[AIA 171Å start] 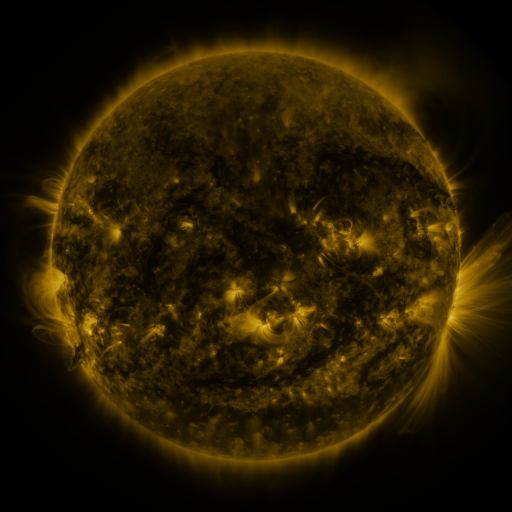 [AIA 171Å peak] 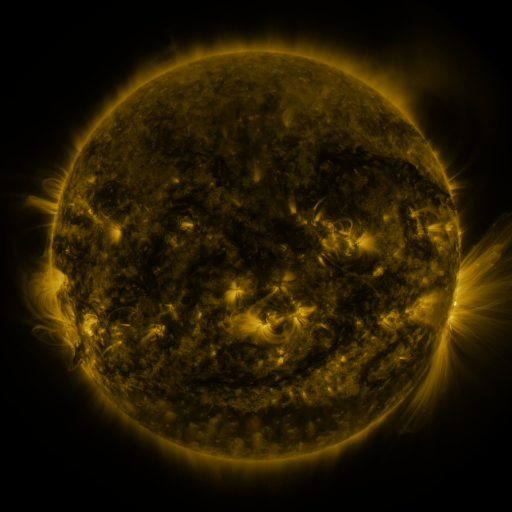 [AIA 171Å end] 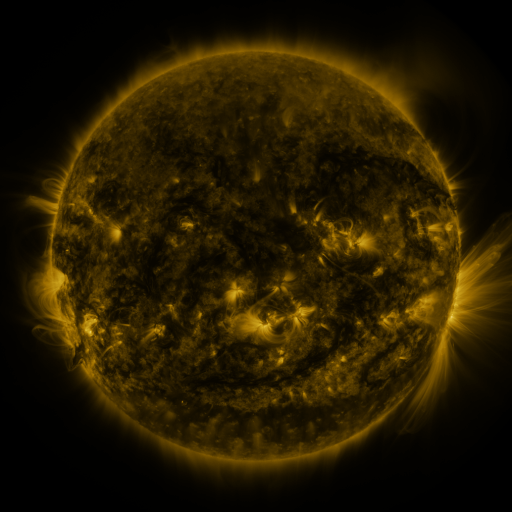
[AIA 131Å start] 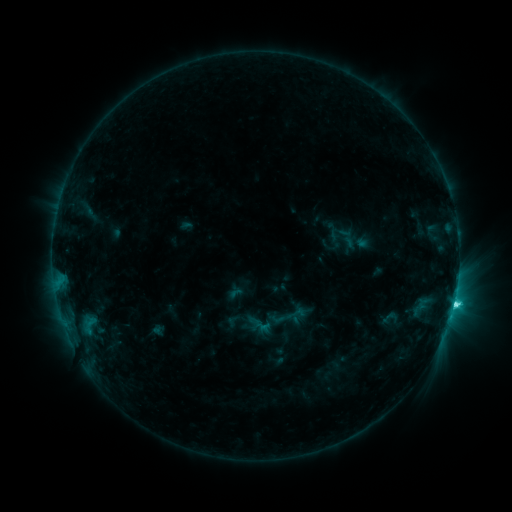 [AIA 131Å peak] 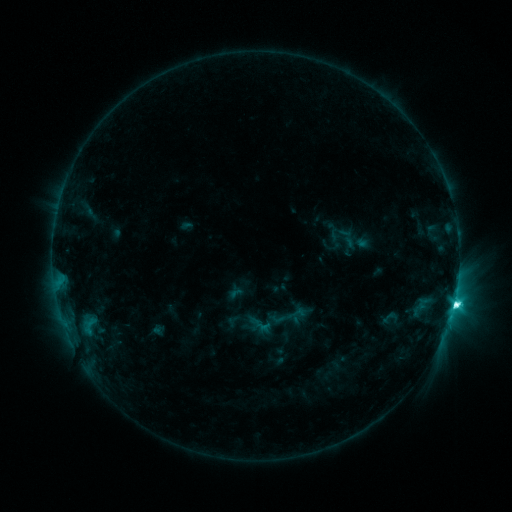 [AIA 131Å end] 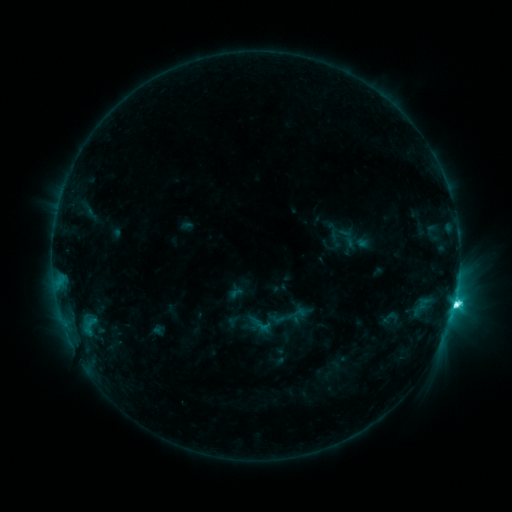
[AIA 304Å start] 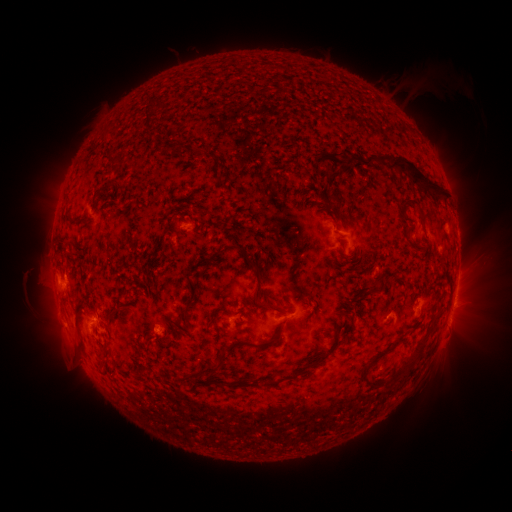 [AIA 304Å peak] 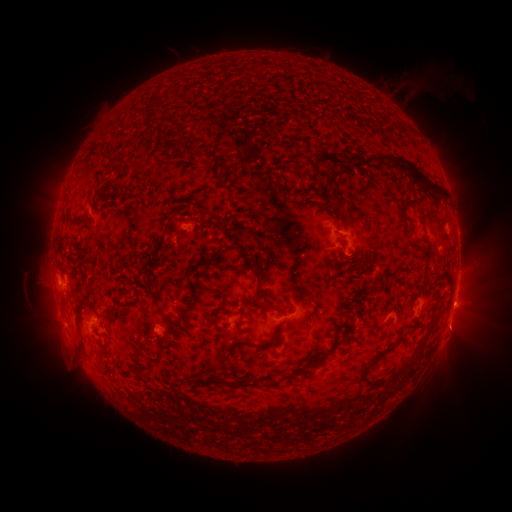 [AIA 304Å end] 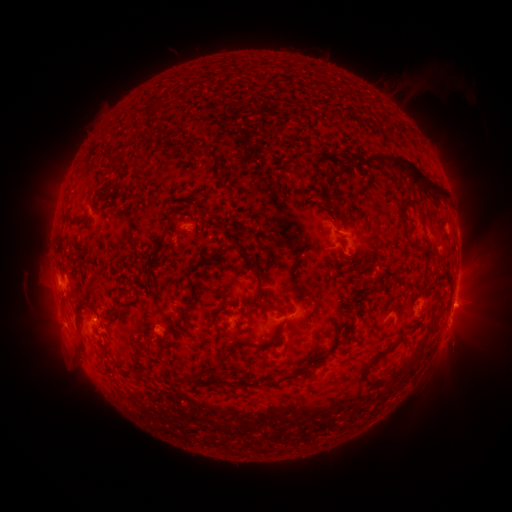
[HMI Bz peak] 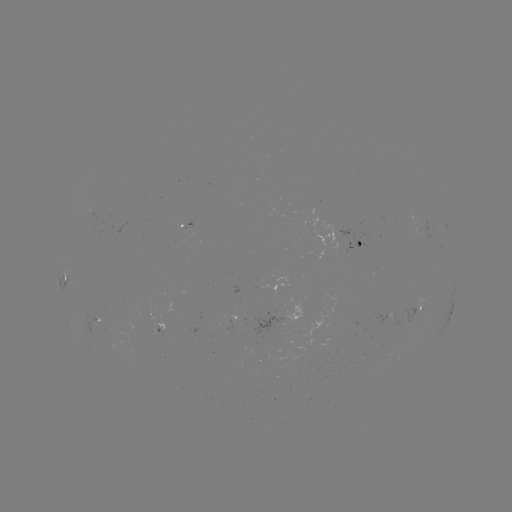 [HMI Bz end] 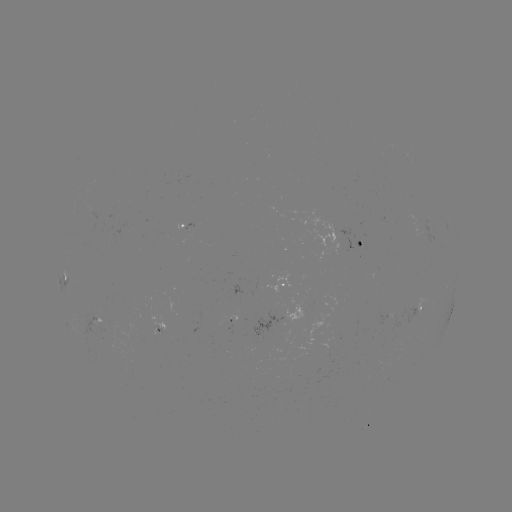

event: eruption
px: (456, 334)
